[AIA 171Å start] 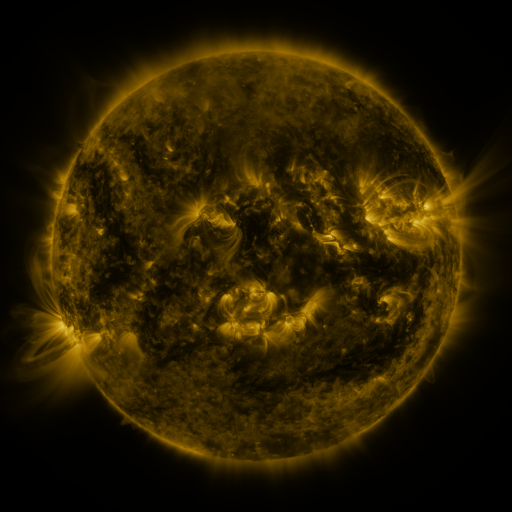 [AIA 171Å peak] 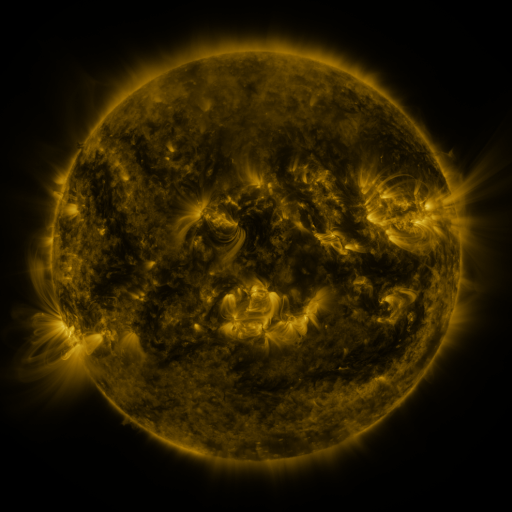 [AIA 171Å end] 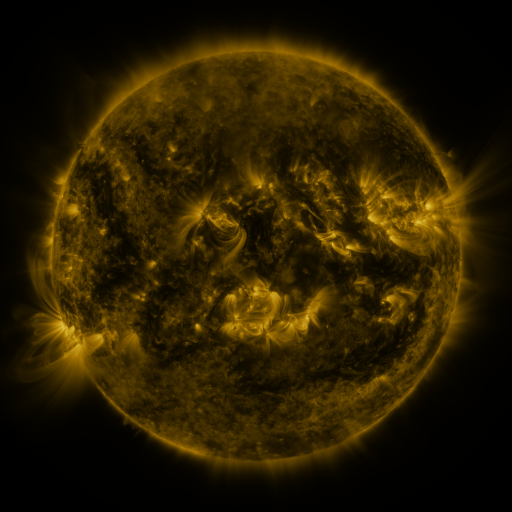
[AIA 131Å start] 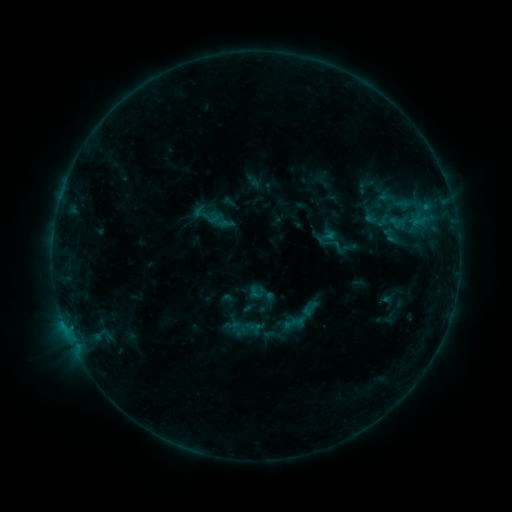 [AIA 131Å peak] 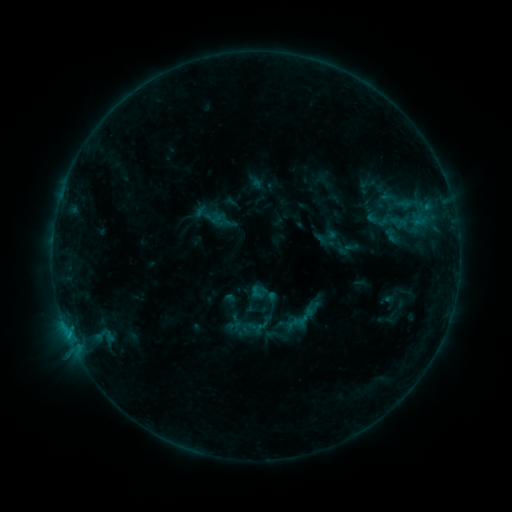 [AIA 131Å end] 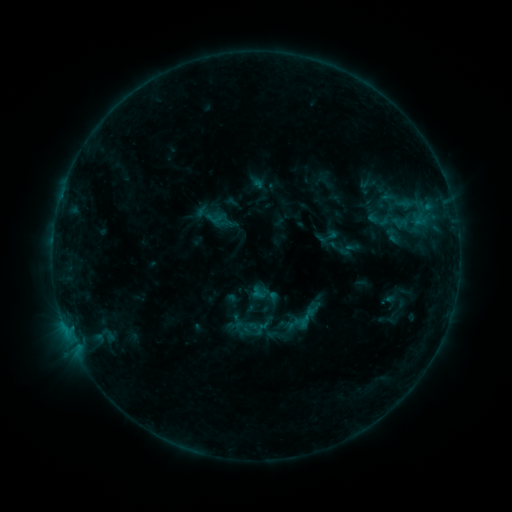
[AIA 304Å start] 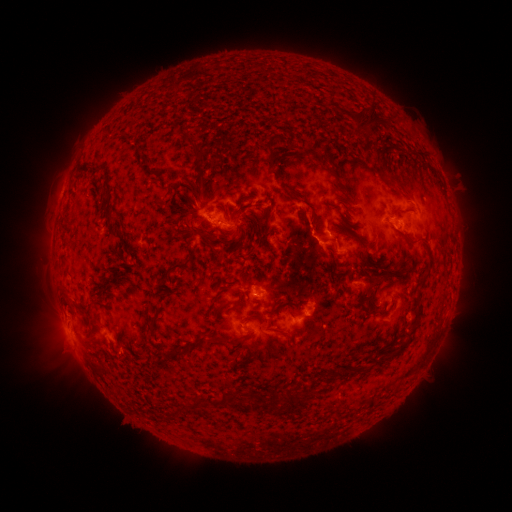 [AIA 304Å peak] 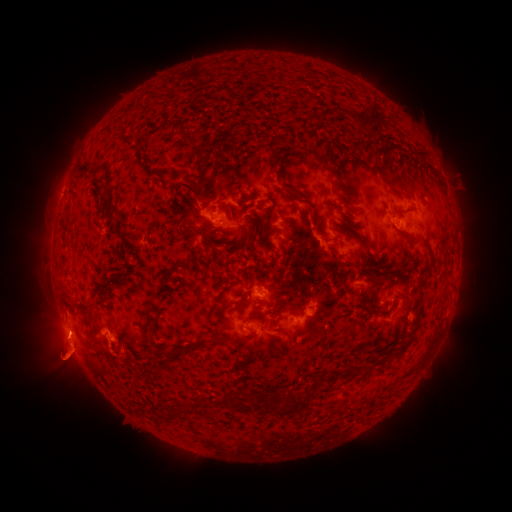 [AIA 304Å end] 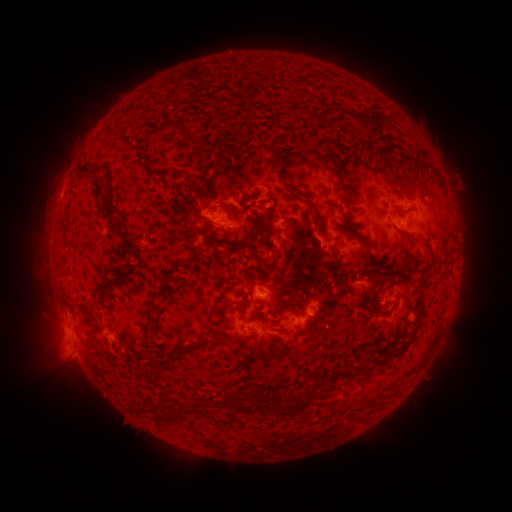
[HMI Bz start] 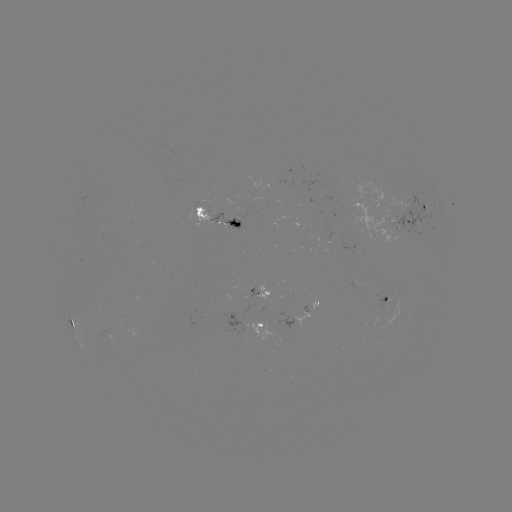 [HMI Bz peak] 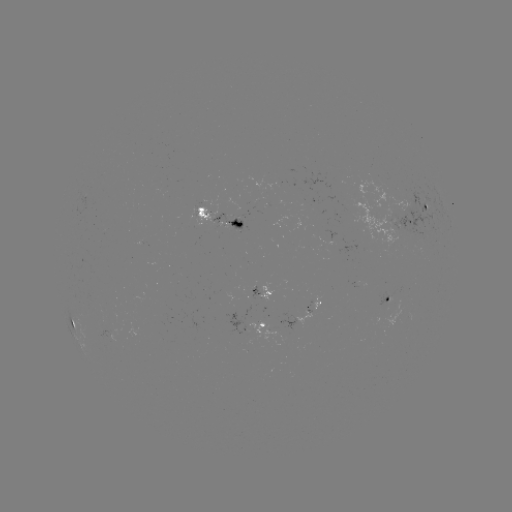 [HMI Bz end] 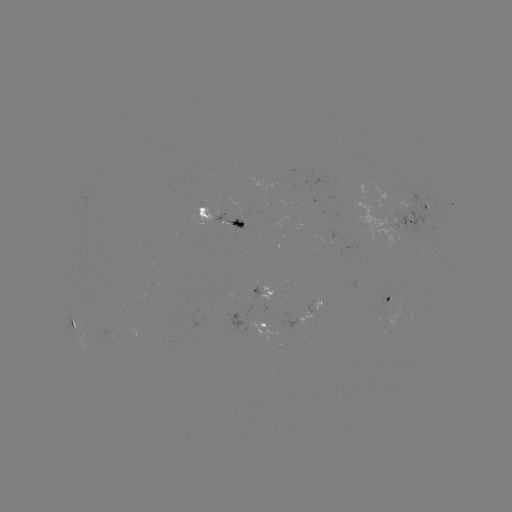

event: emerging-flux region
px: (248, 288)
